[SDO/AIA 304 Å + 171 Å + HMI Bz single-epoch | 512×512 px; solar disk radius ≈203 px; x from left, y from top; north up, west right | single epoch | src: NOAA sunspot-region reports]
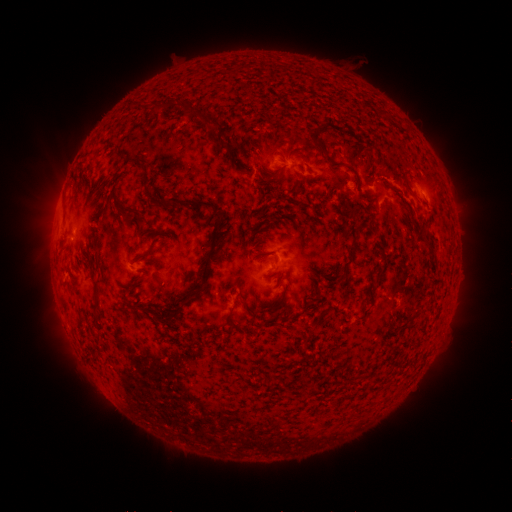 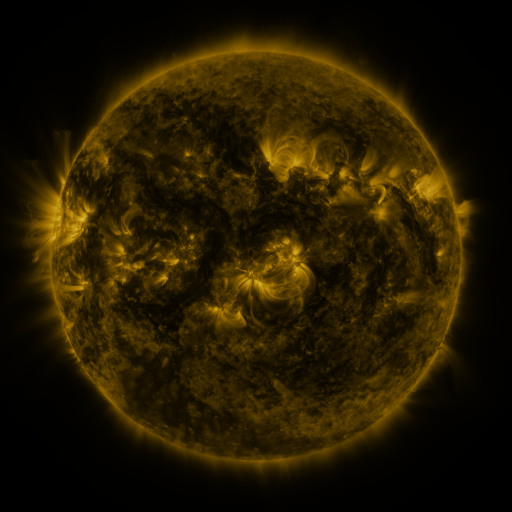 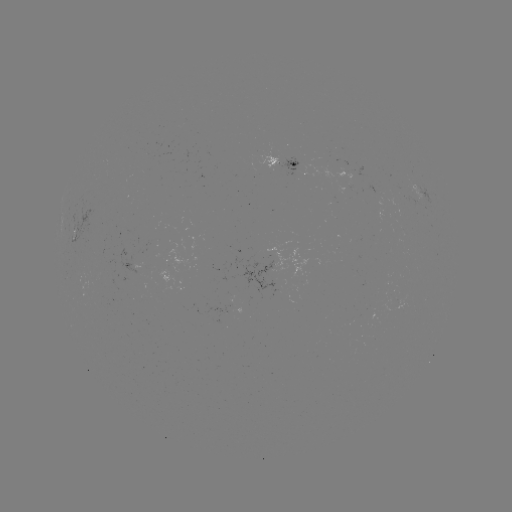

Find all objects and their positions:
spotted active region: (282, 163)
spotted active region: (425, 194)
spotted active region: (291, 263)
spotted active region: (132, 267)
